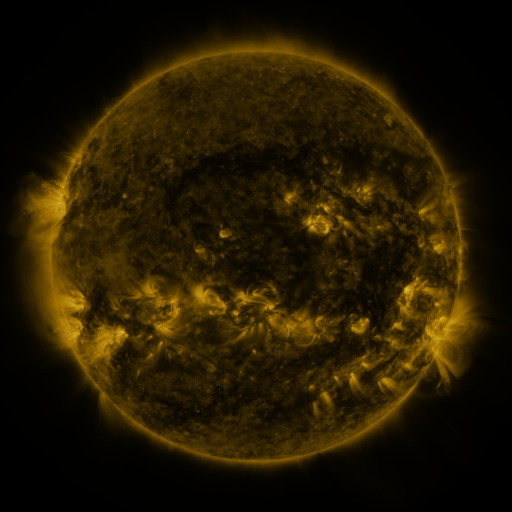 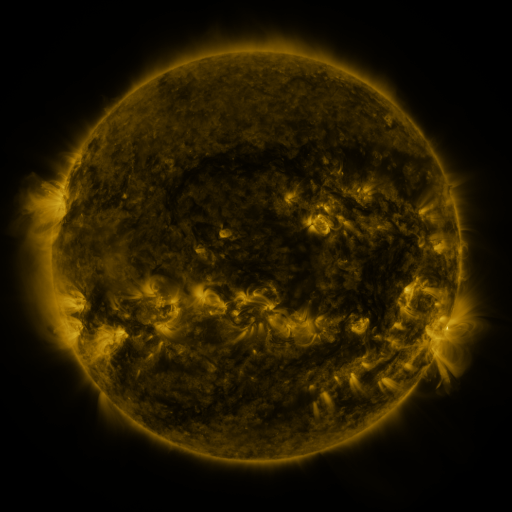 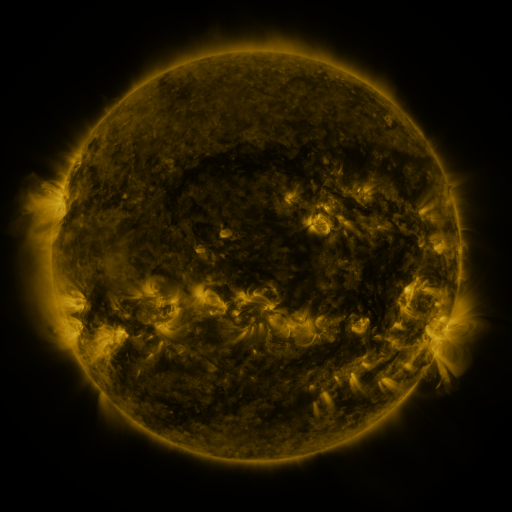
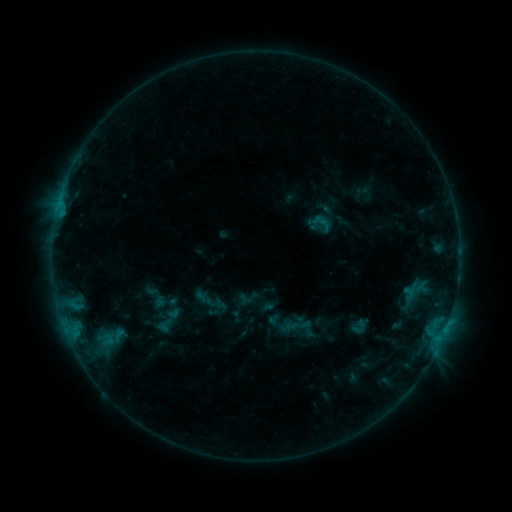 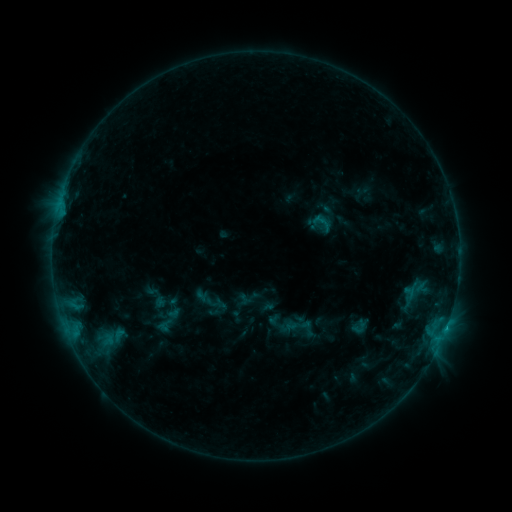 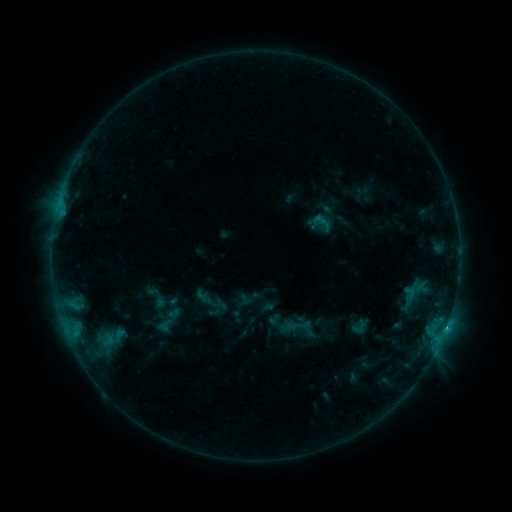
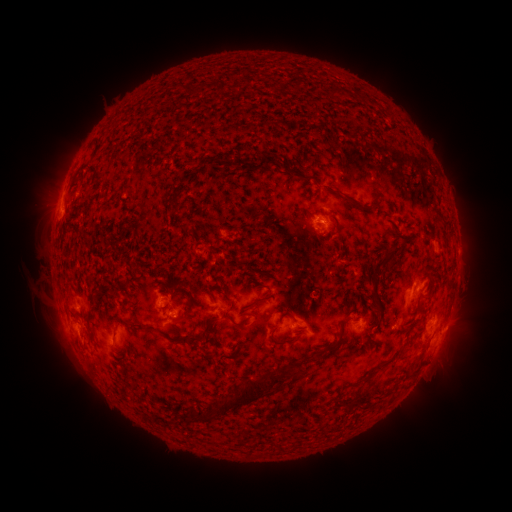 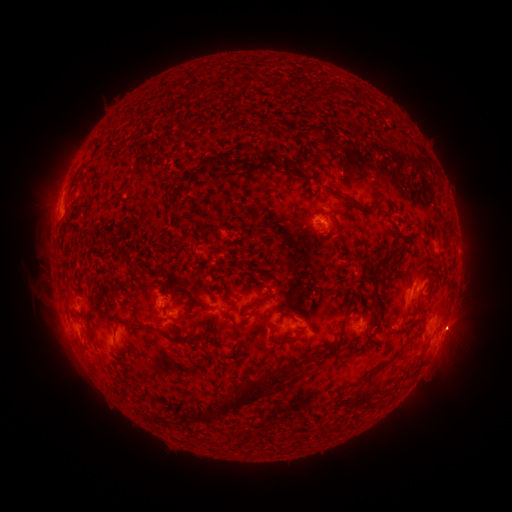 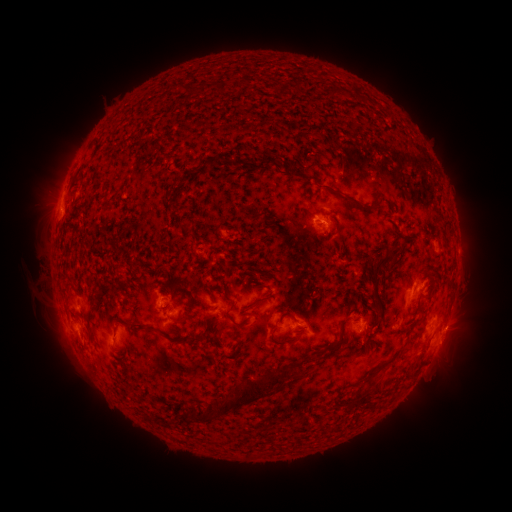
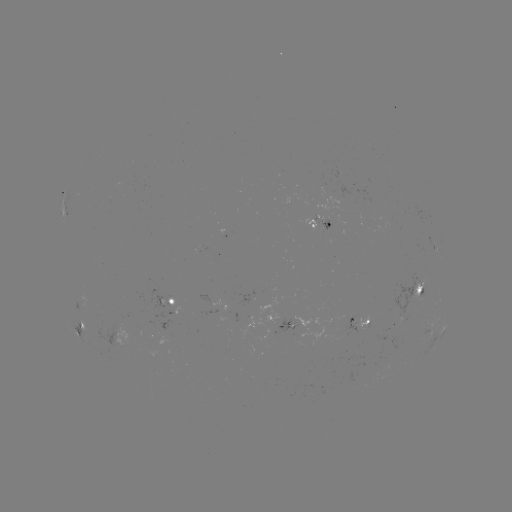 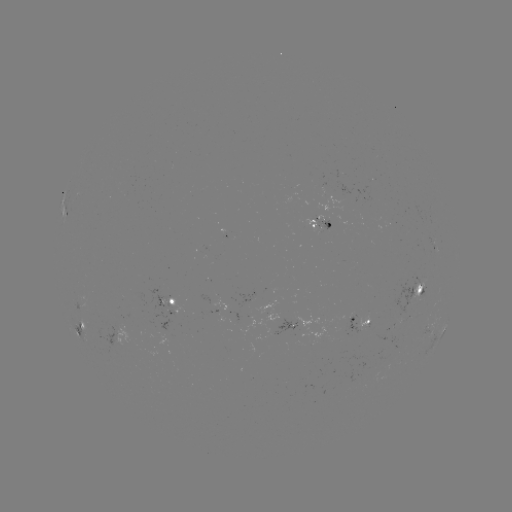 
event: flare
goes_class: B8.8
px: (446, 326)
